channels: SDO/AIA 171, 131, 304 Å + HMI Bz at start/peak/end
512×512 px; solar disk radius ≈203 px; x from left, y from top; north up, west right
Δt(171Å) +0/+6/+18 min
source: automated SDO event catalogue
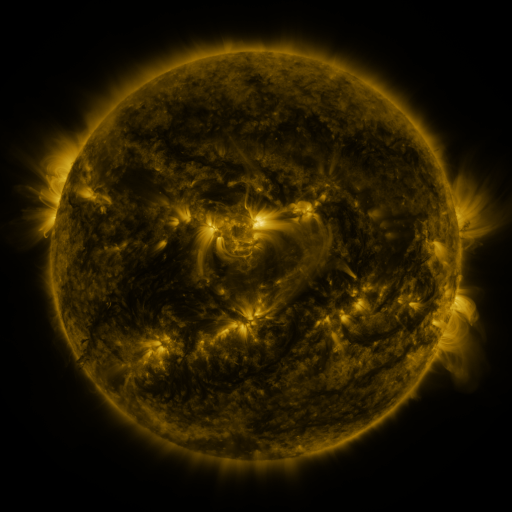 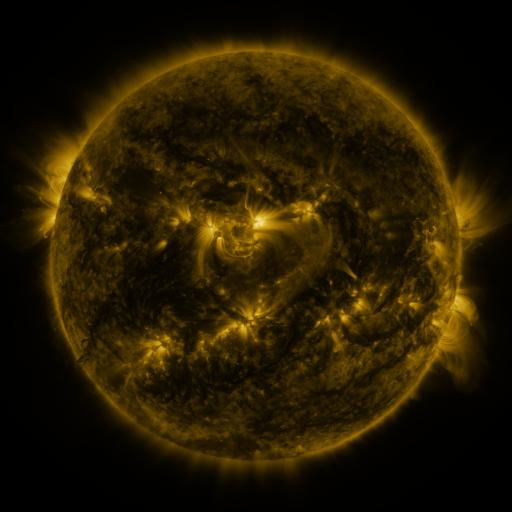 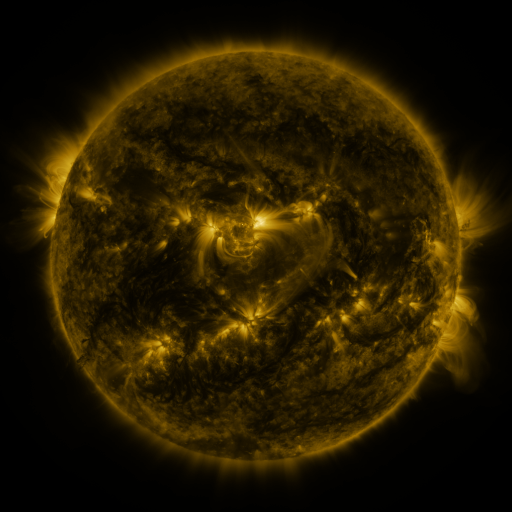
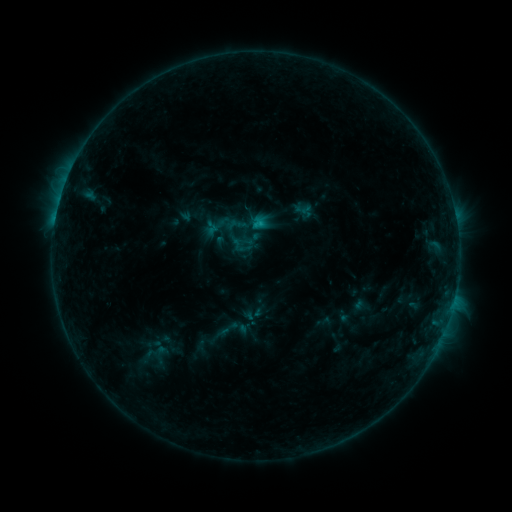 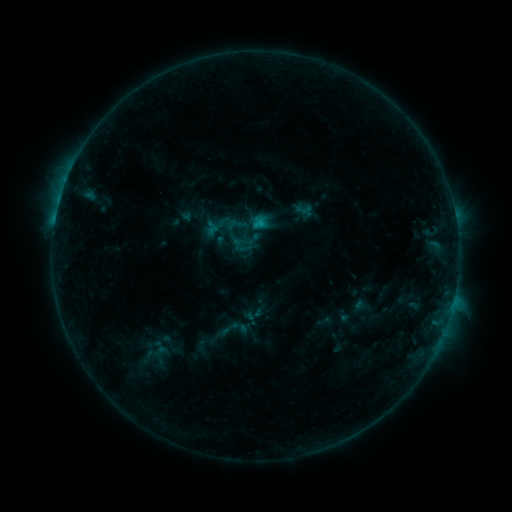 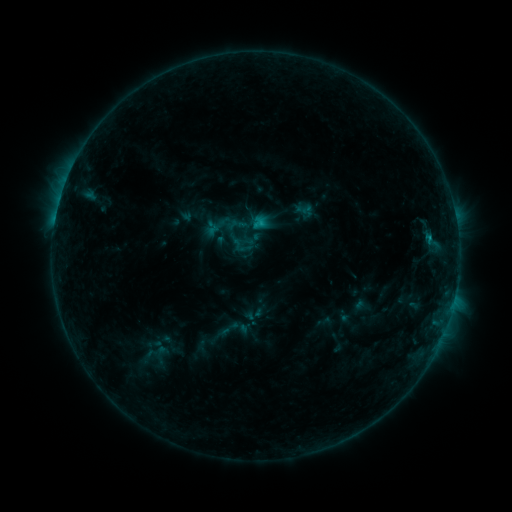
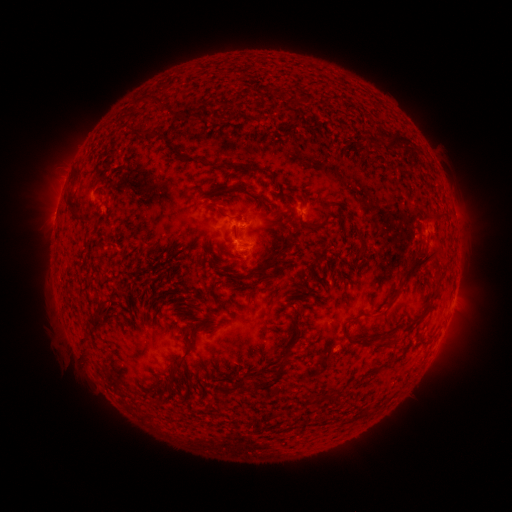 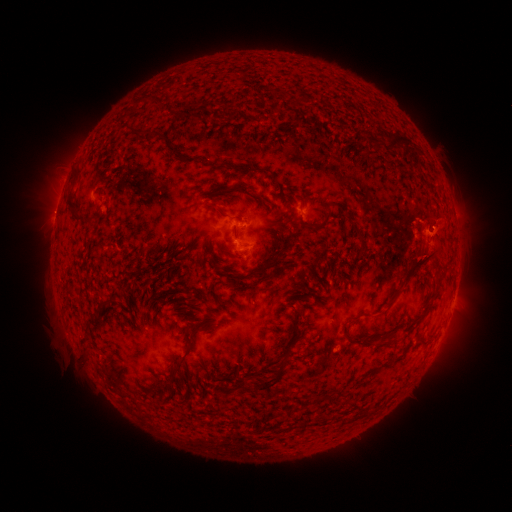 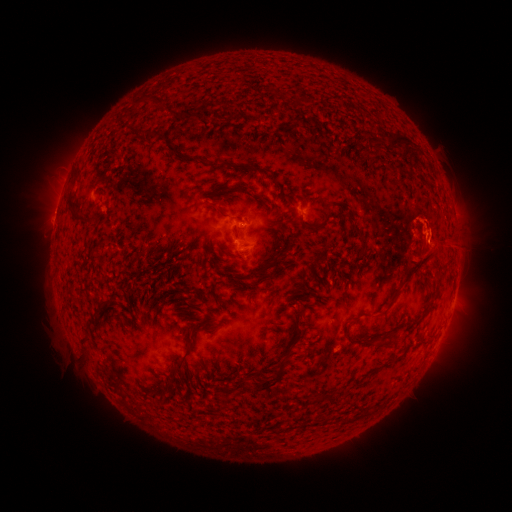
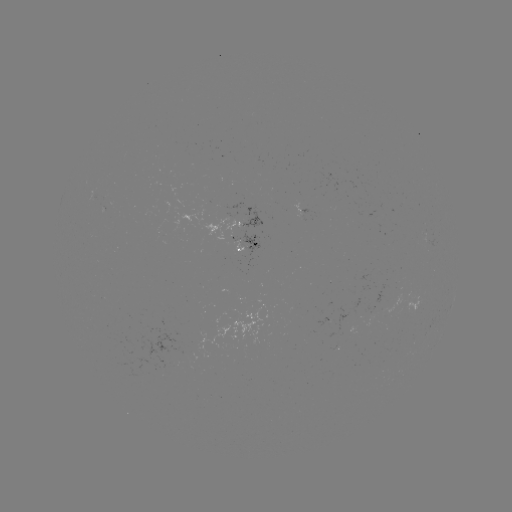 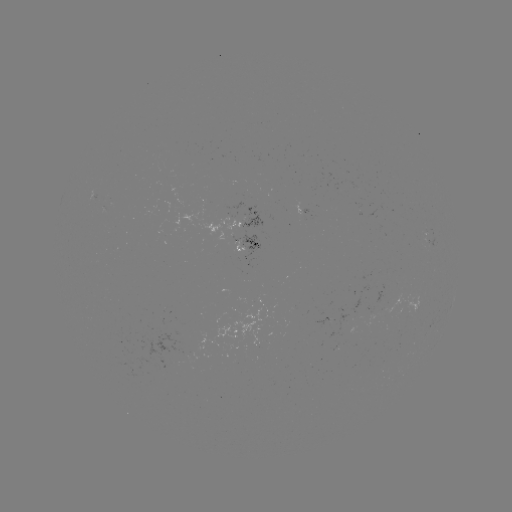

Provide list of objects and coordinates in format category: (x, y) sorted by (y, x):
eruption: (438, 239)
